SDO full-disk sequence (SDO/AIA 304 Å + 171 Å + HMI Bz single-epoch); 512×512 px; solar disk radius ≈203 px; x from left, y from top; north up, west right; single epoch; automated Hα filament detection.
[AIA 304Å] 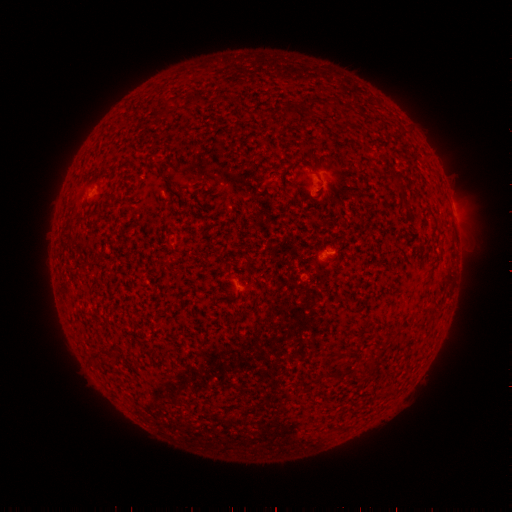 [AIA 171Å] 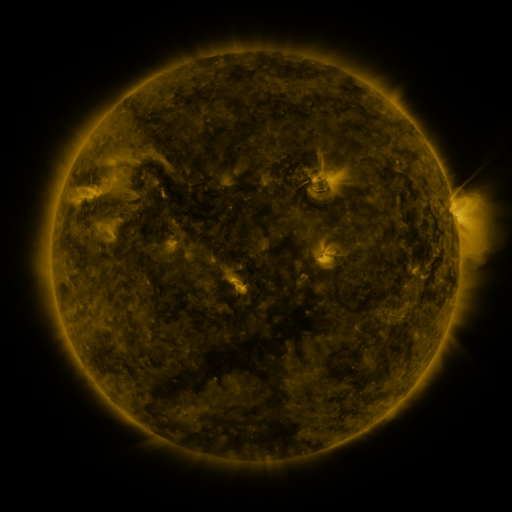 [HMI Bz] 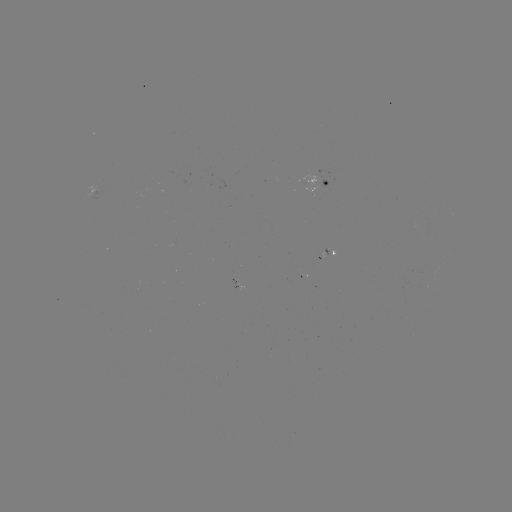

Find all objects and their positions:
filament: (193, 99)
filament: (325, 104)
filament: (311, 105)
filament: (165, 108)
filament: (288, 110)
filament: (399, 186)
filament: (249, 262)
filament: (96, 356)
